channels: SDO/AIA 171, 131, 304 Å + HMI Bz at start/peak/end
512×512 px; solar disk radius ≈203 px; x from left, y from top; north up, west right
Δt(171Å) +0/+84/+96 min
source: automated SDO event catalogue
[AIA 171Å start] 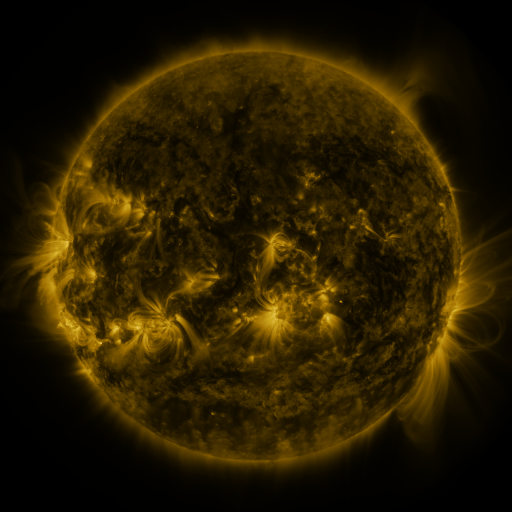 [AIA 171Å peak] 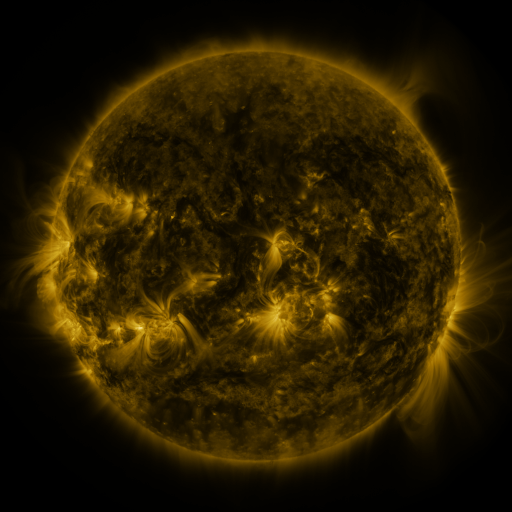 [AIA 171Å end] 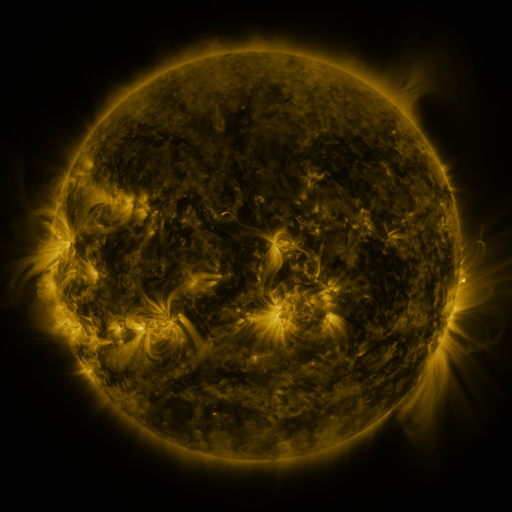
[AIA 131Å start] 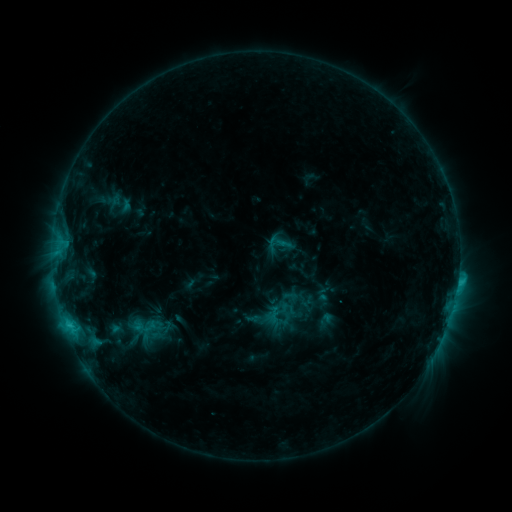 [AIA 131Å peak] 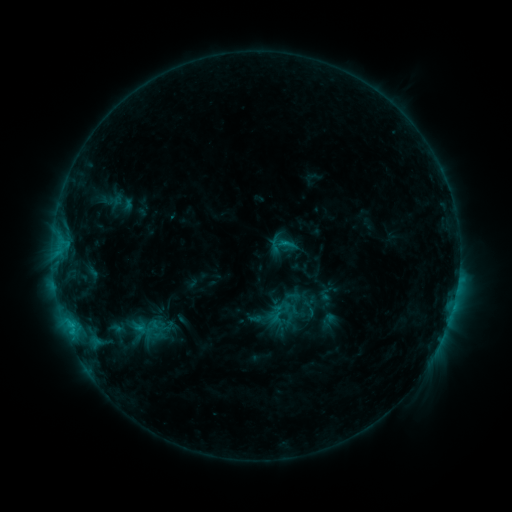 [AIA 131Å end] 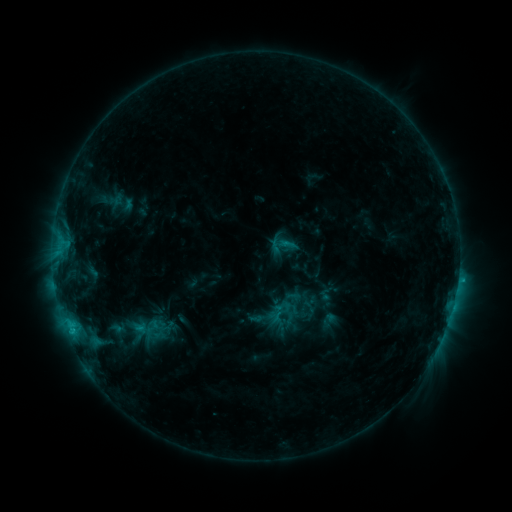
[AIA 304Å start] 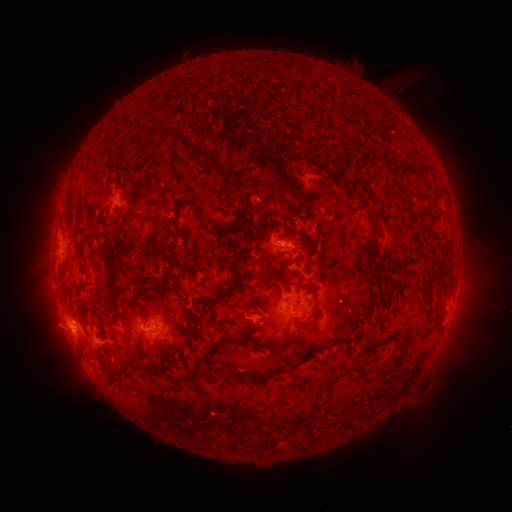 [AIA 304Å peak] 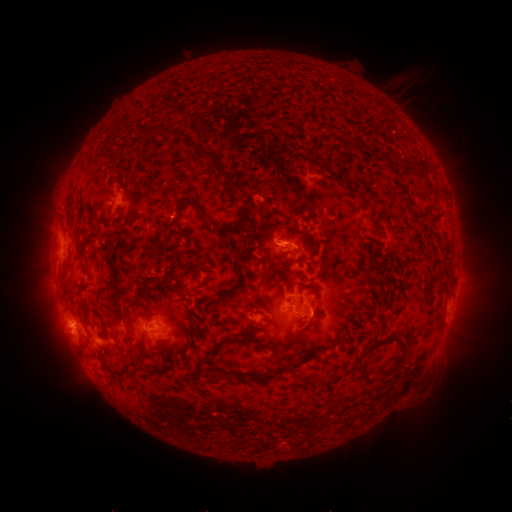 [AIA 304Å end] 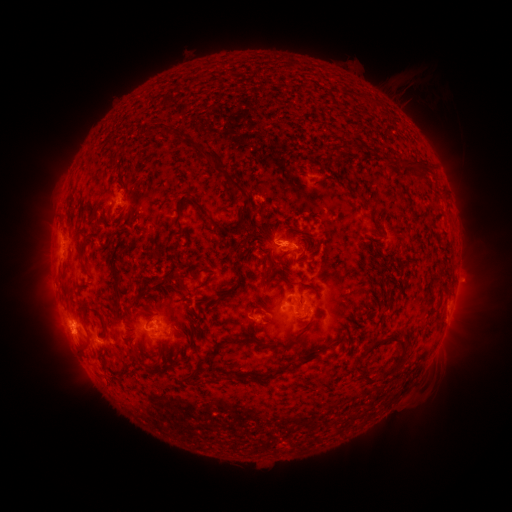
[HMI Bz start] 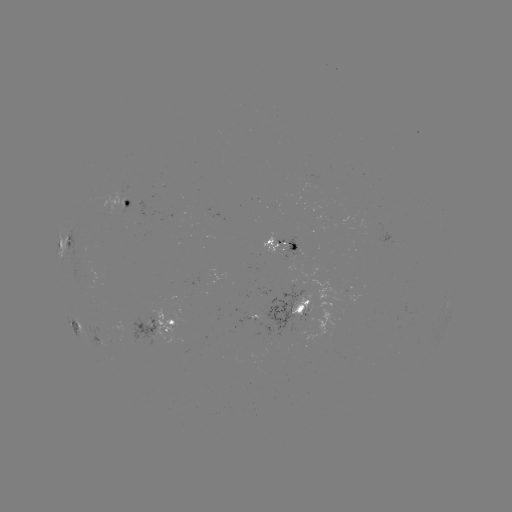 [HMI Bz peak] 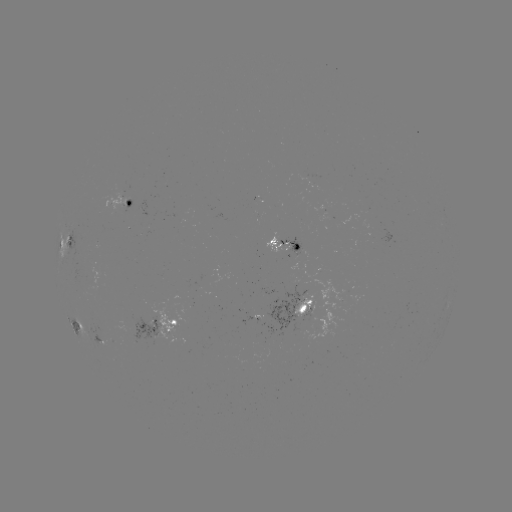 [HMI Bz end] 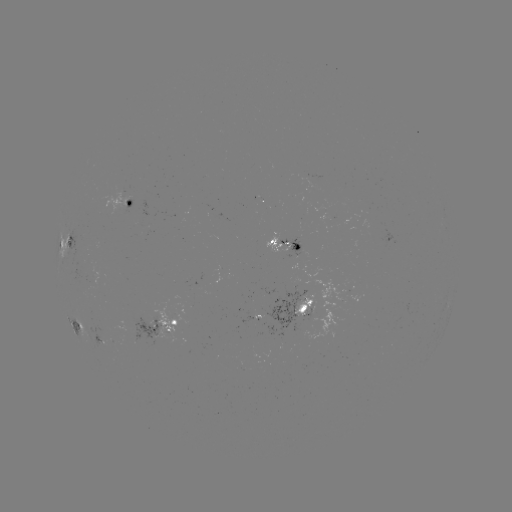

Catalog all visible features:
emerging-flux region: (108, 341)
